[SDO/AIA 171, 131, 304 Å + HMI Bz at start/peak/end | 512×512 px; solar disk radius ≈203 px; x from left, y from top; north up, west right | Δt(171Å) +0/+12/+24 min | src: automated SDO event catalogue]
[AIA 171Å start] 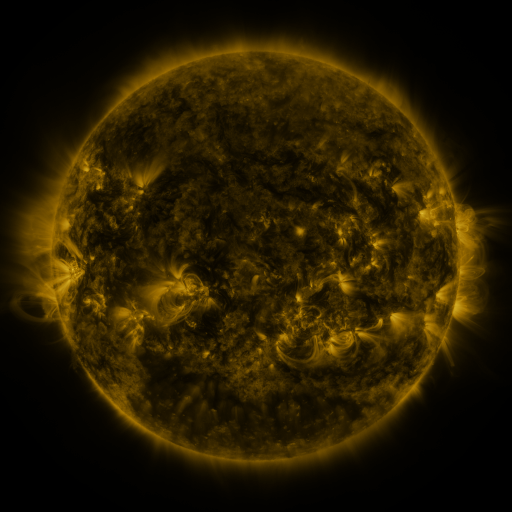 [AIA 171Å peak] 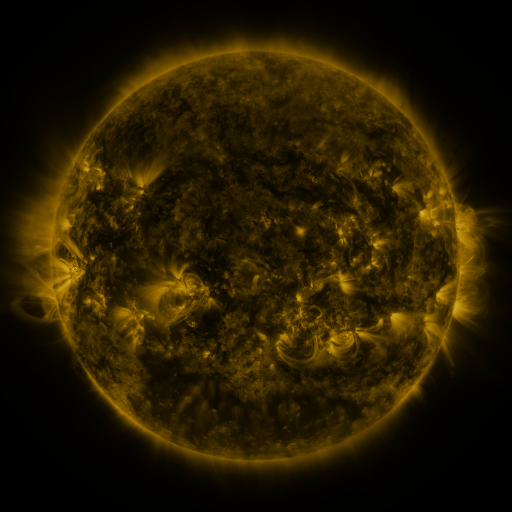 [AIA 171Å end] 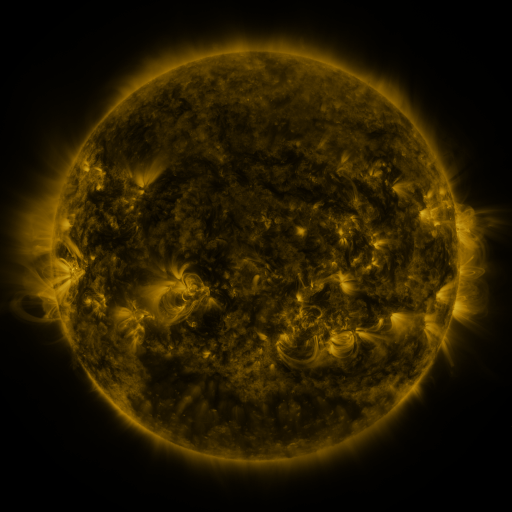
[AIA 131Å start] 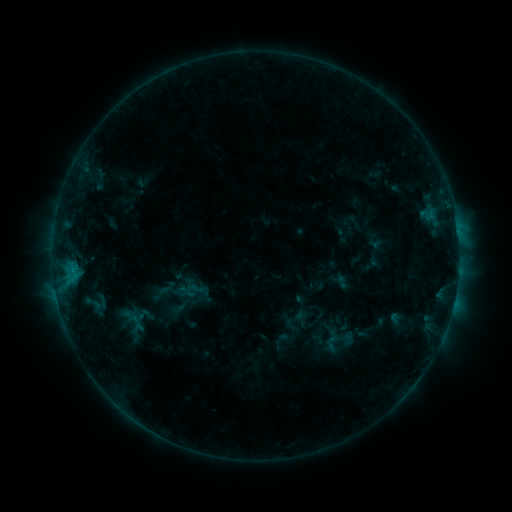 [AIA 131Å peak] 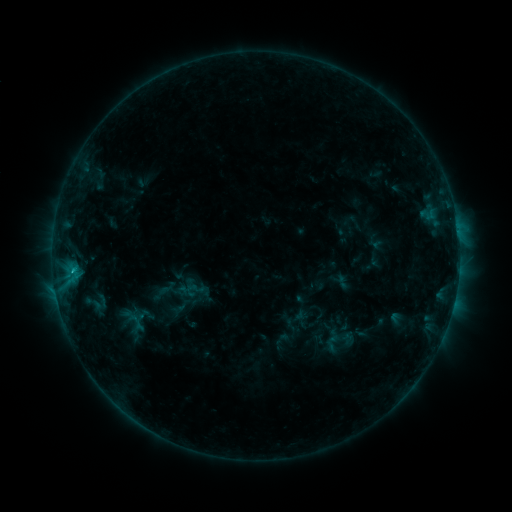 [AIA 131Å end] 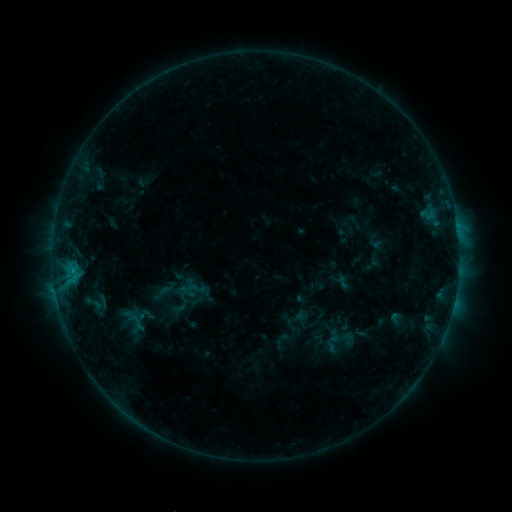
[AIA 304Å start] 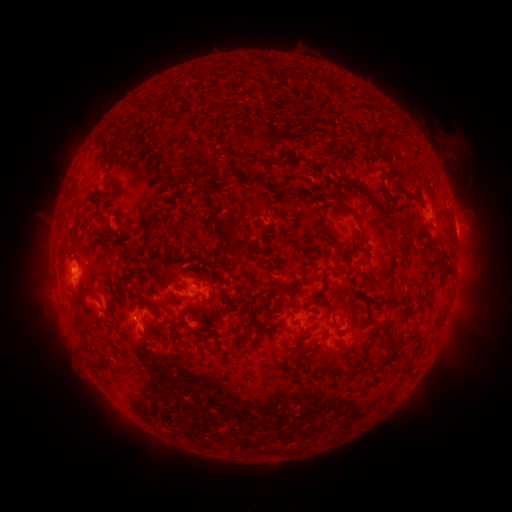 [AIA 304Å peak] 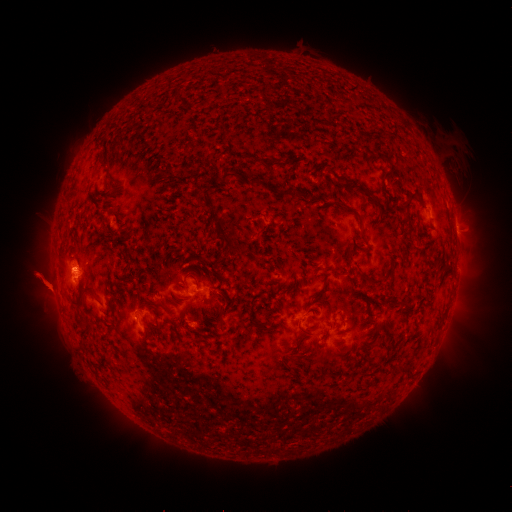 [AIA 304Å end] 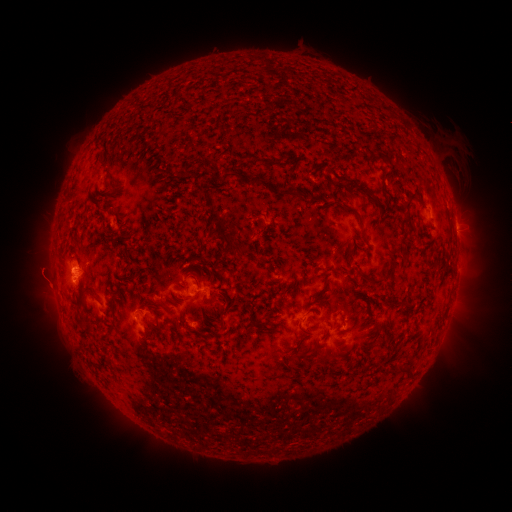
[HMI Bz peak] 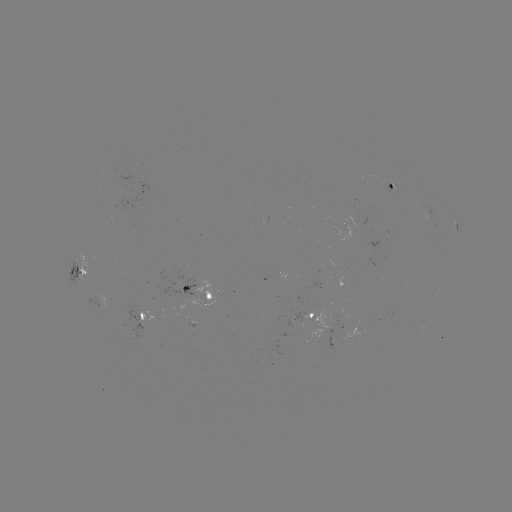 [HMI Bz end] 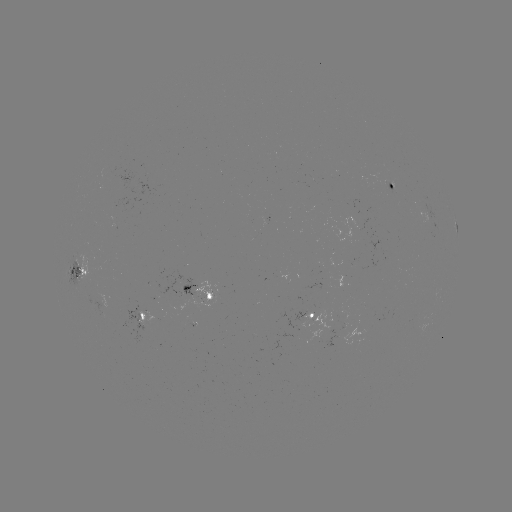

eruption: [14, 251, 70, 313]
